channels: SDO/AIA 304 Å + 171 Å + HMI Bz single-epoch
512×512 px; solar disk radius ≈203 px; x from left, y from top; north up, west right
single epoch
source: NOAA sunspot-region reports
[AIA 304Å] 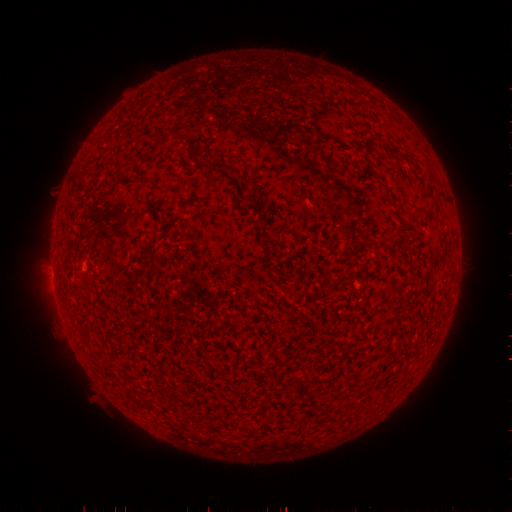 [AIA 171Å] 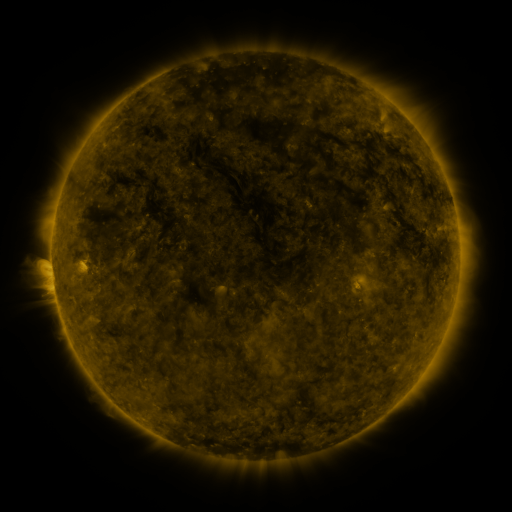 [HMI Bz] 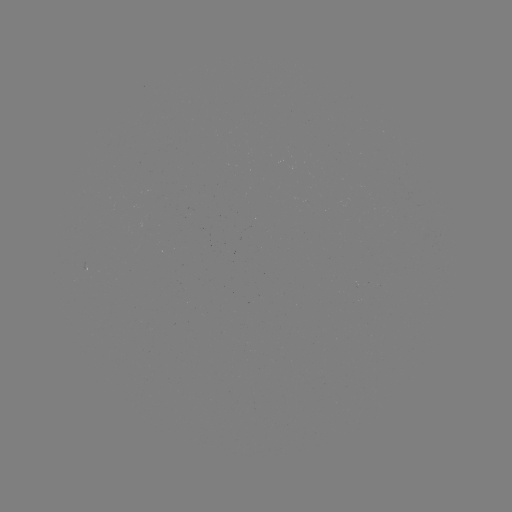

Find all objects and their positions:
(none)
